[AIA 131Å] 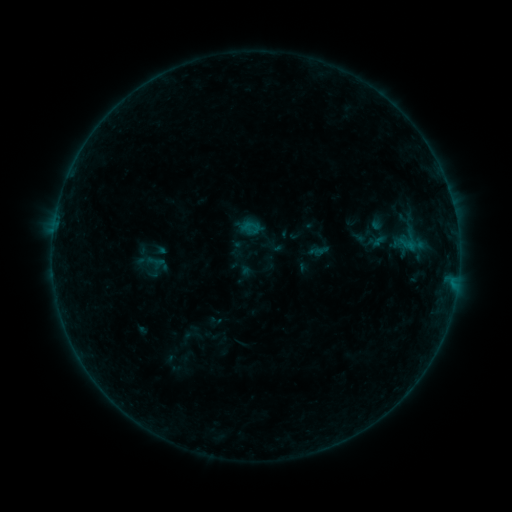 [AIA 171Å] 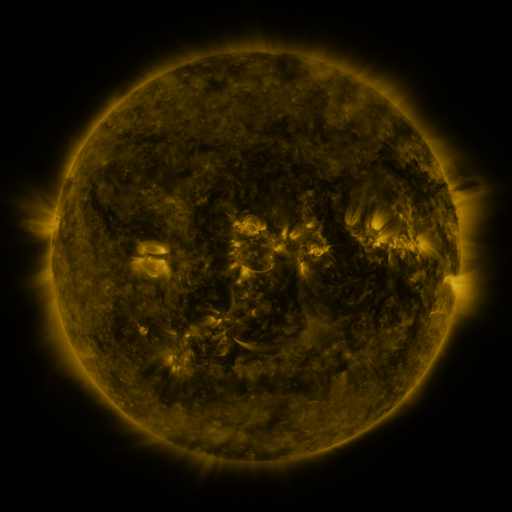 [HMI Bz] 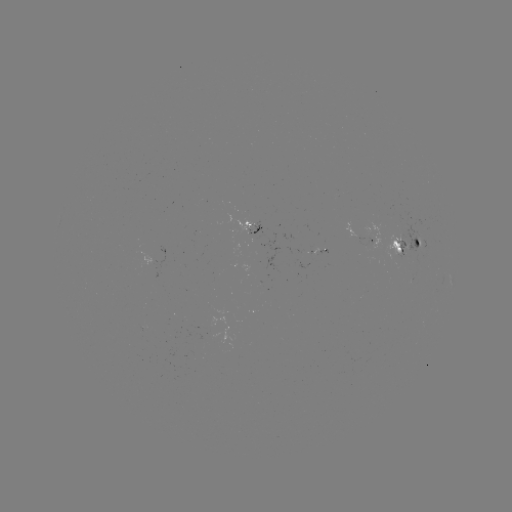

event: sigmoid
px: (156, 261)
